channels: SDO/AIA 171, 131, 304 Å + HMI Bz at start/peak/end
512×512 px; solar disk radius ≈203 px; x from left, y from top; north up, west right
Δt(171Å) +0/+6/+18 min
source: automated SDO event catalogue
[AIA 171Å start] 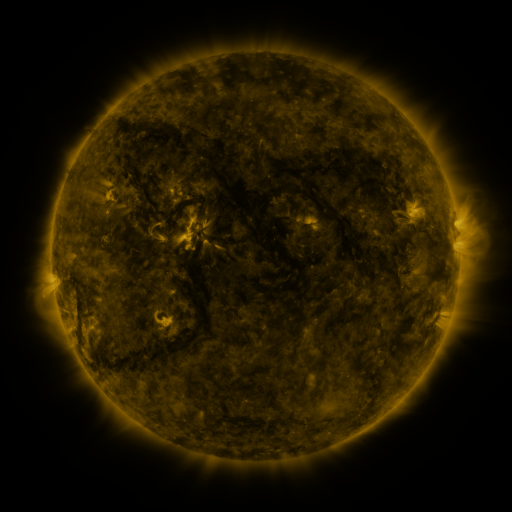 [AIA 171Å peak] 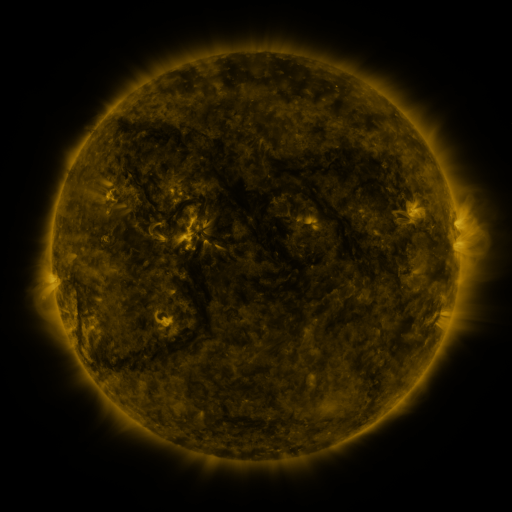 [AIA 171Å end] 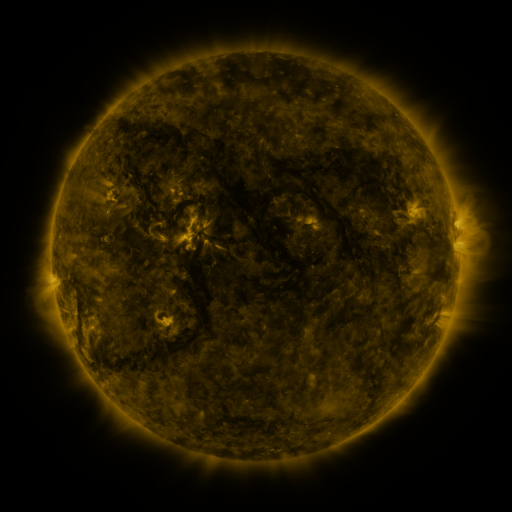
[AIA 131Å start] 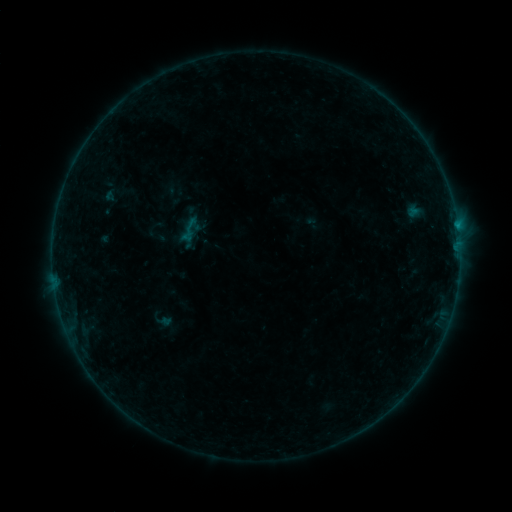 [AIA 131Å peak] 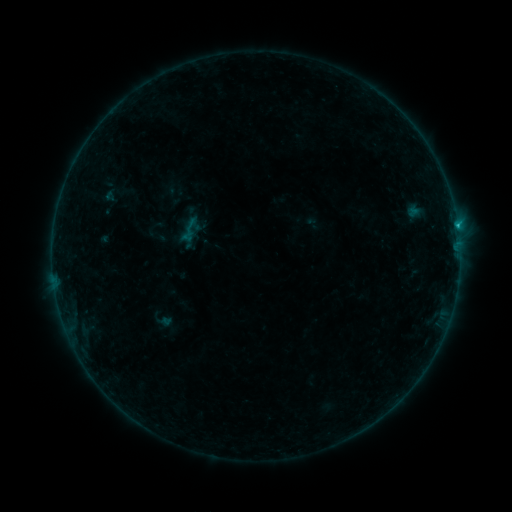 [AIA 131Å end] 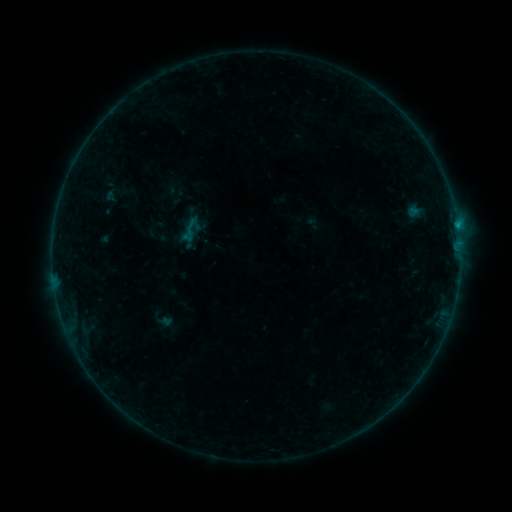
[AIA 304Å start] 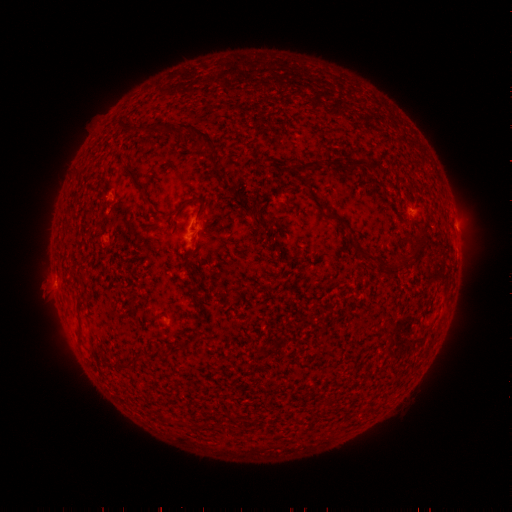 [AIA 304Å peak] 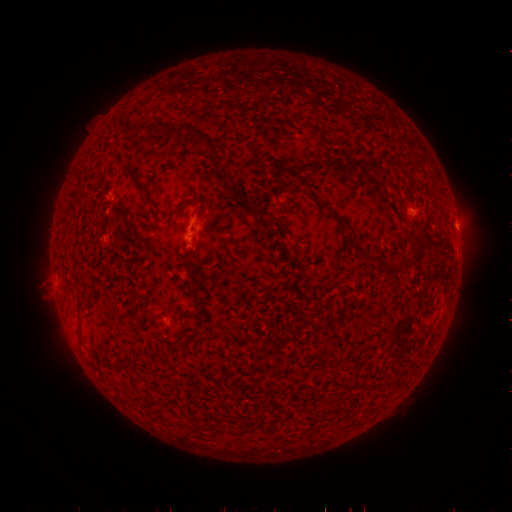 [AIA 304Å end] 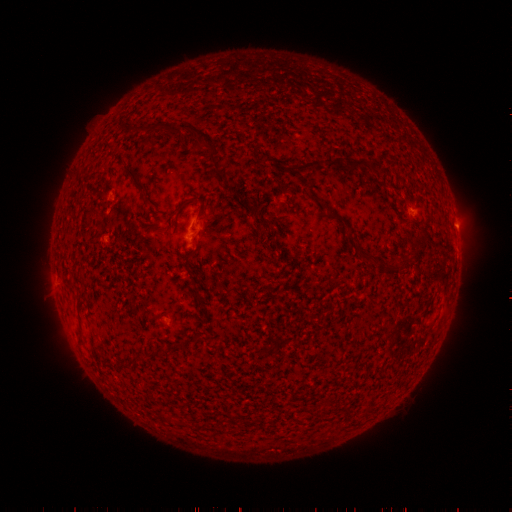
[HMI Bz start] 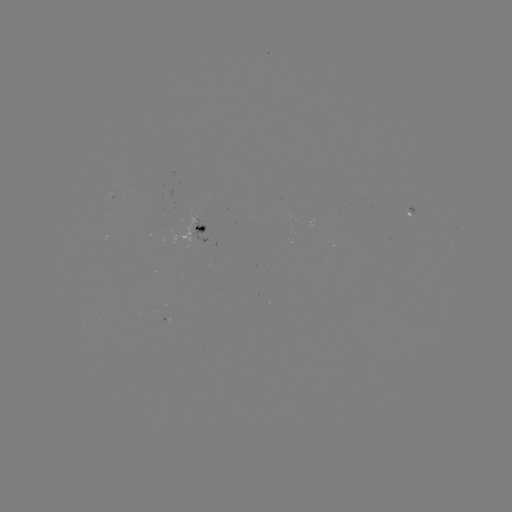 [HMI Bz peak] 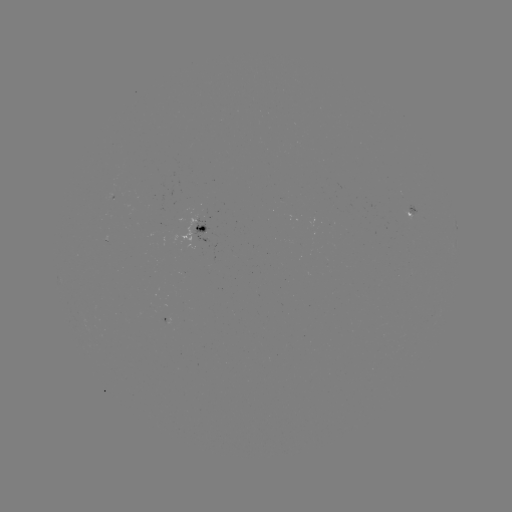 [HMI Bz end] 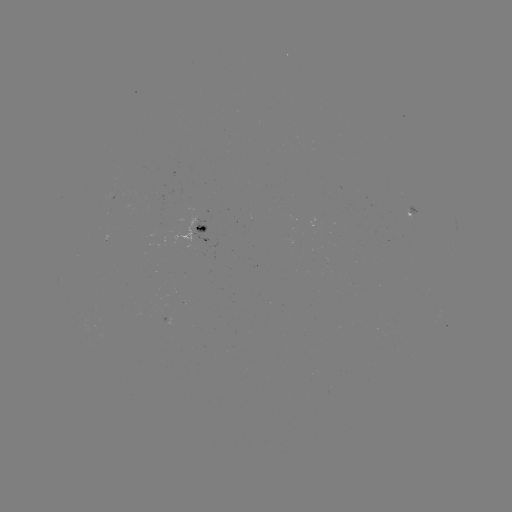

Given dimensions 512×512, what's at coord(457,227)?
B3.6 flare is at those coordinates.